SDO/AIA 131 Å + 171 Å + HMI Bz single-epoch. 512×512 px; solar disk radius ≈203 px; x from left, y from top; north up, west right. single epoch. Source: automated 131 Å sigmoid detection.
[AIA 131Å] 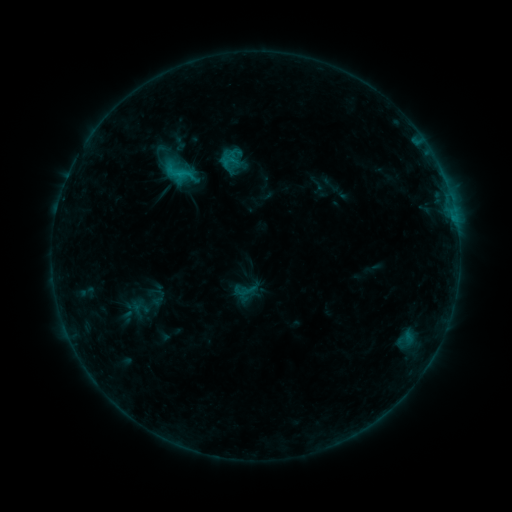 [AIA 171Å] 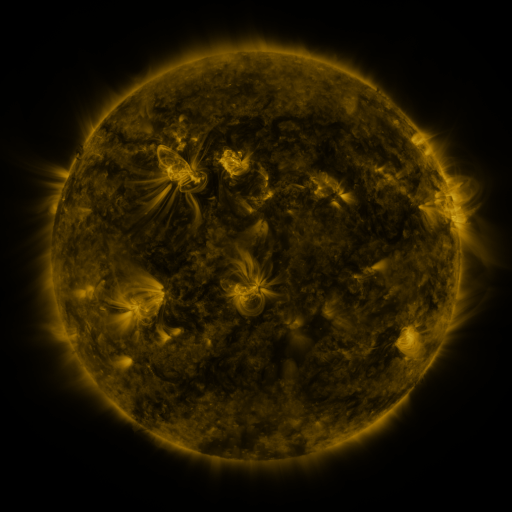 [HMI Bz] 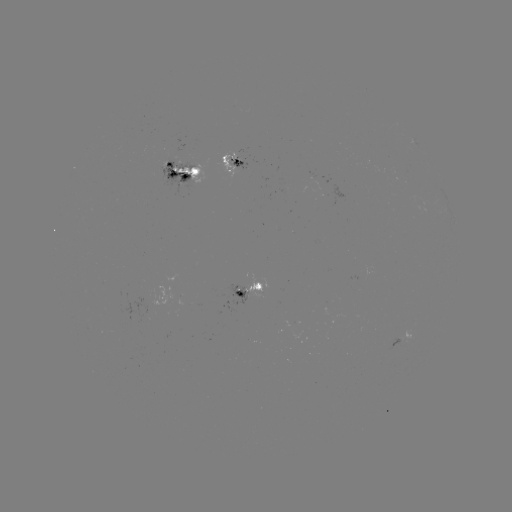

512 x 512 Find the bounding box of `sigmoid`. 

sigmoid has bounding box [146, 288, 171, 307].